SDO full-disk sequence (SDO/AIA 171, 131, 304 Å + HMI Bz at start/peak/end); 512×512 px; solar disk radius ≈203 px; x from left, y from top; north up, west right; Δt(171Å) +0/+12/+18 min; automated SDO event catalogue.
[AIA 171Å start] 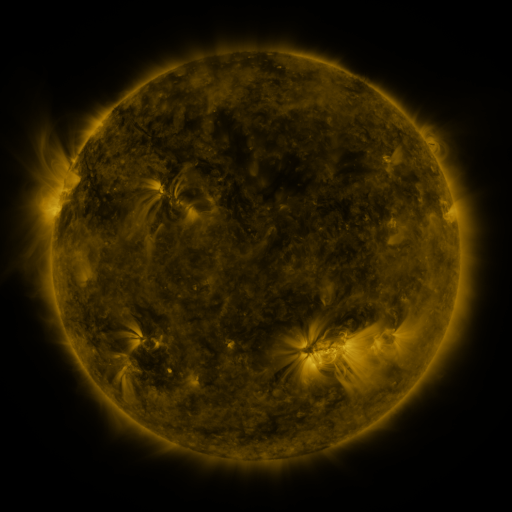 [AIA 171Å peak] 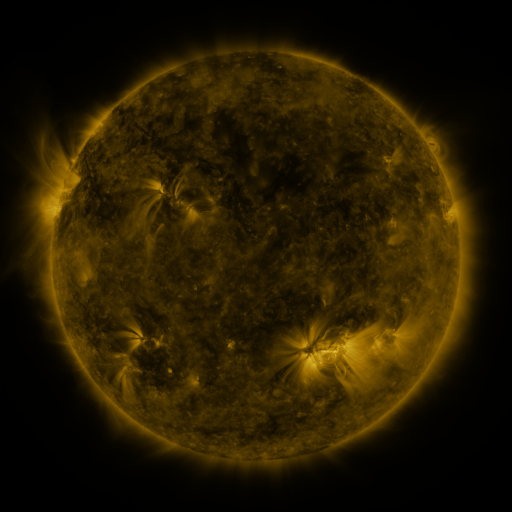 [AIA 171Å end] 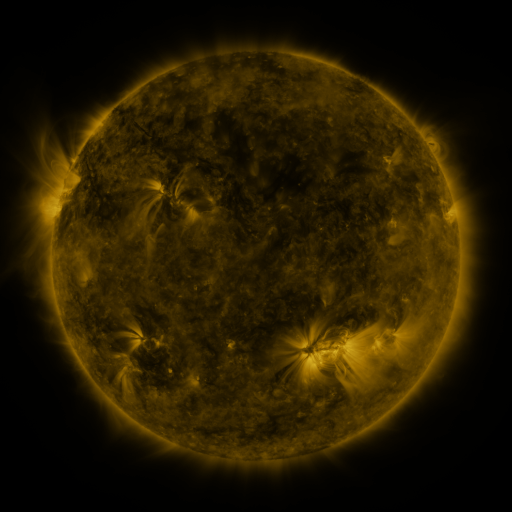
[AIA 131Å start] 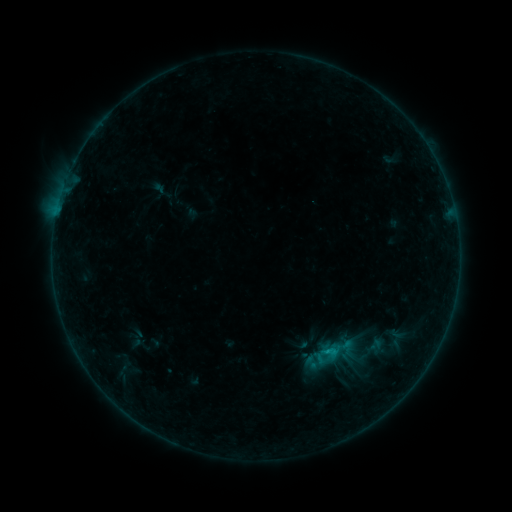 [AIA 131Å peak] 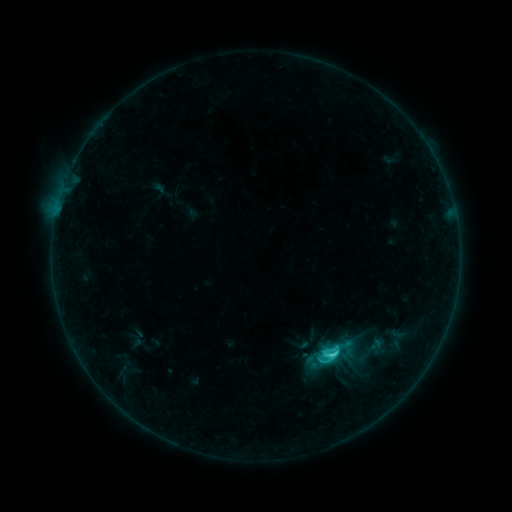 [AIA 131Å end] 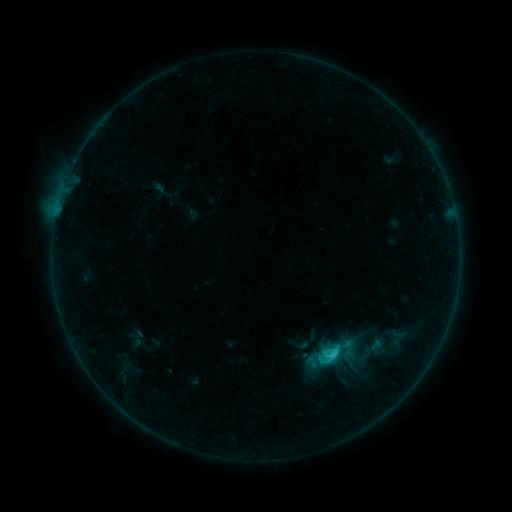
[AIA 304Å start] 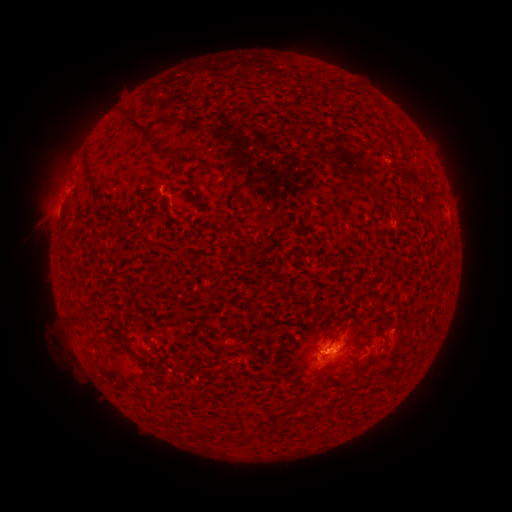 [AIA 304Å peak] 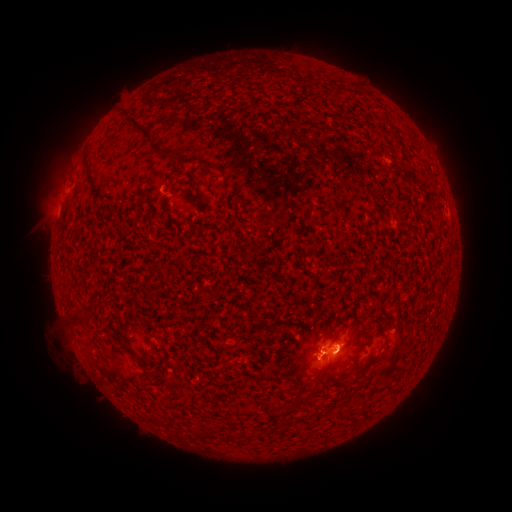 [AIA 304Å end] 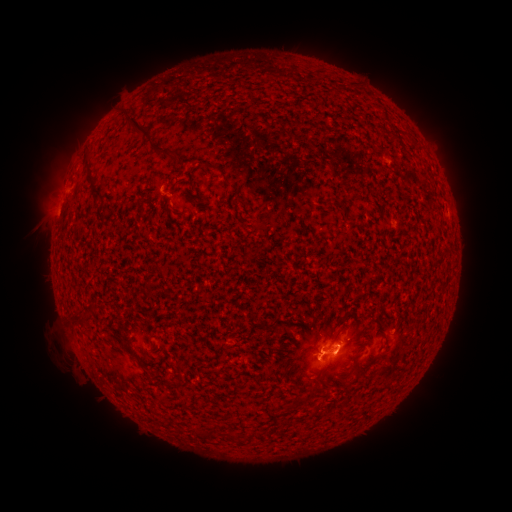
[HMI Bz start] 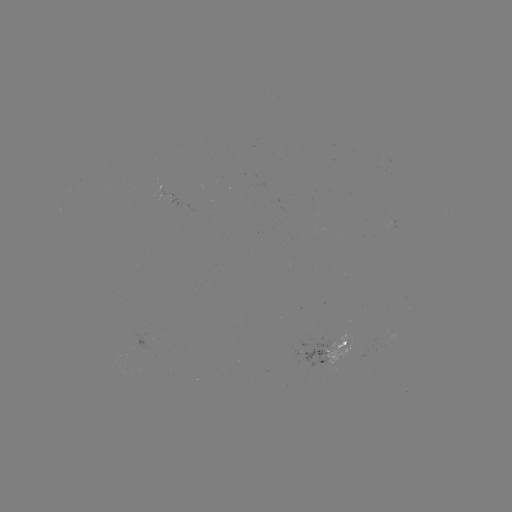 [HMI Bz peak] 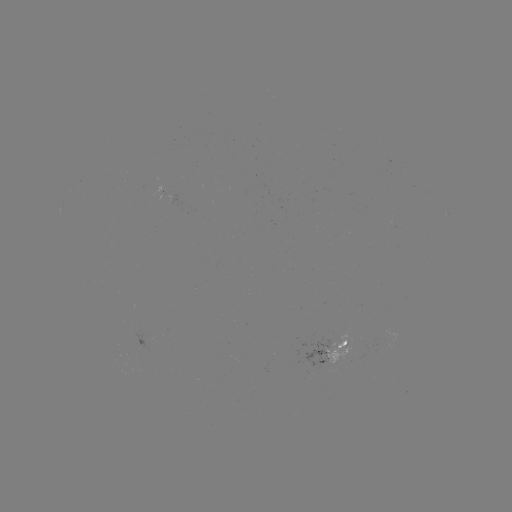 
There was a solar flare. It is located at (332, 351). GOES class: C2.2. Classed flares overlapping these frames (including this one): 1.